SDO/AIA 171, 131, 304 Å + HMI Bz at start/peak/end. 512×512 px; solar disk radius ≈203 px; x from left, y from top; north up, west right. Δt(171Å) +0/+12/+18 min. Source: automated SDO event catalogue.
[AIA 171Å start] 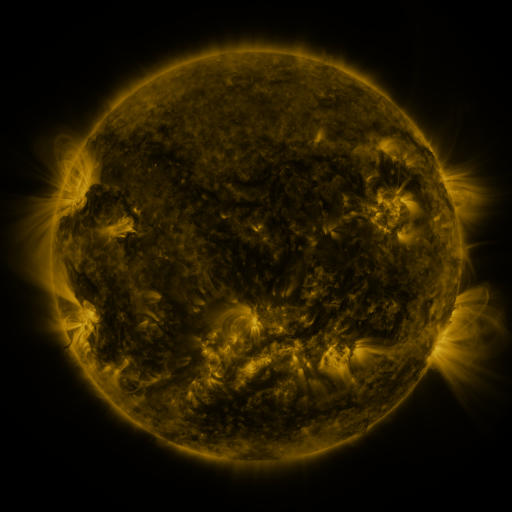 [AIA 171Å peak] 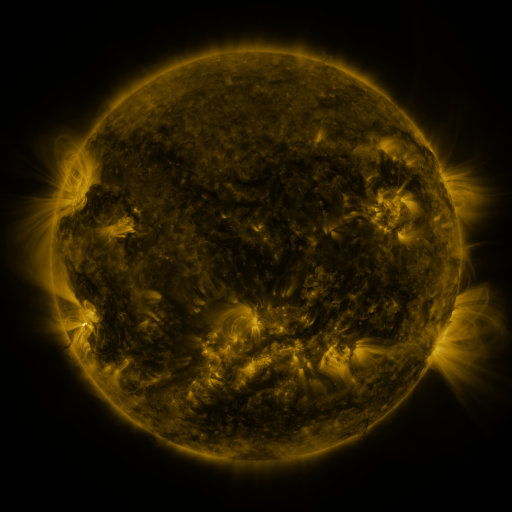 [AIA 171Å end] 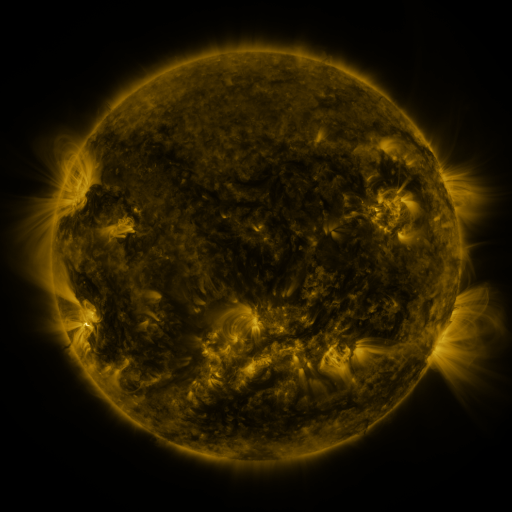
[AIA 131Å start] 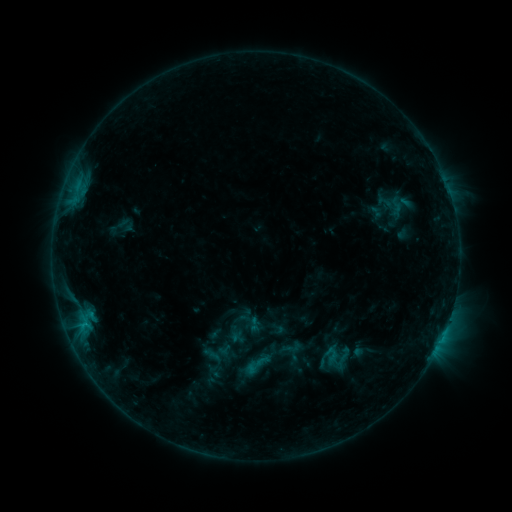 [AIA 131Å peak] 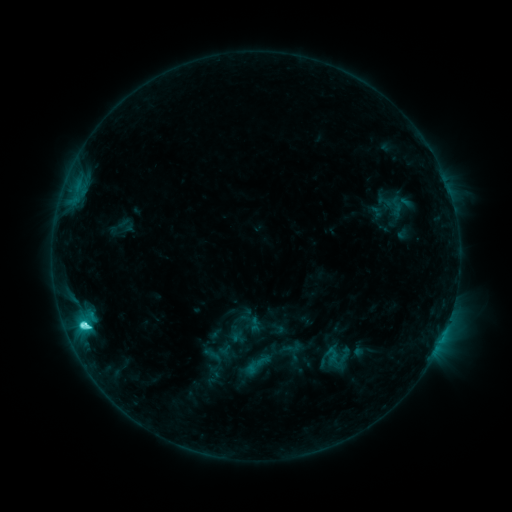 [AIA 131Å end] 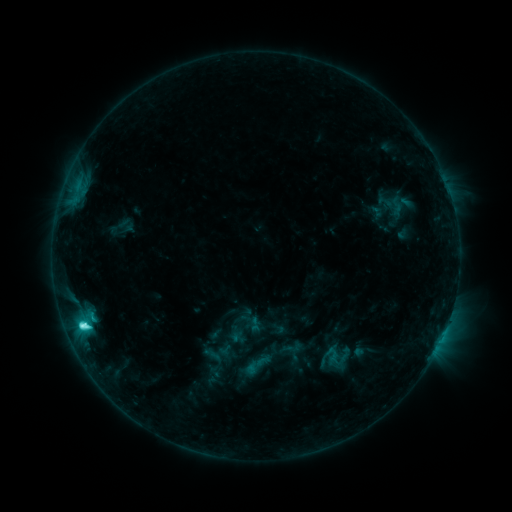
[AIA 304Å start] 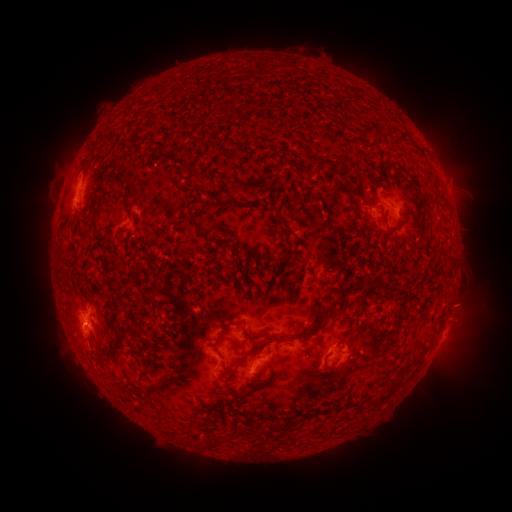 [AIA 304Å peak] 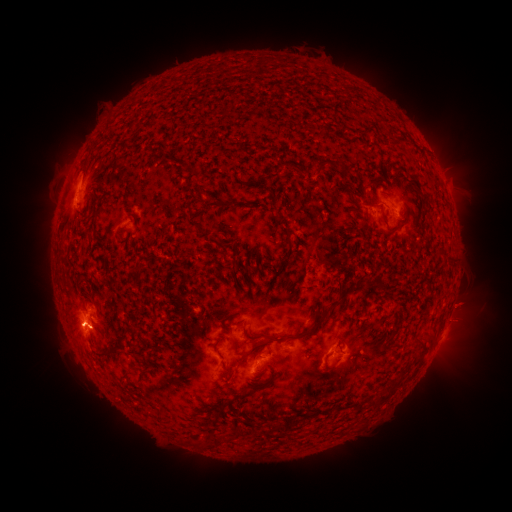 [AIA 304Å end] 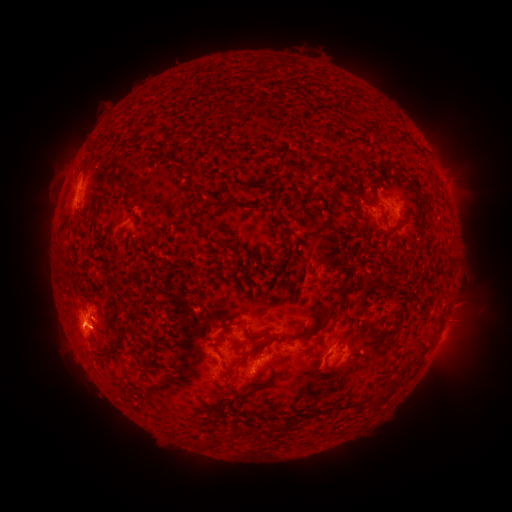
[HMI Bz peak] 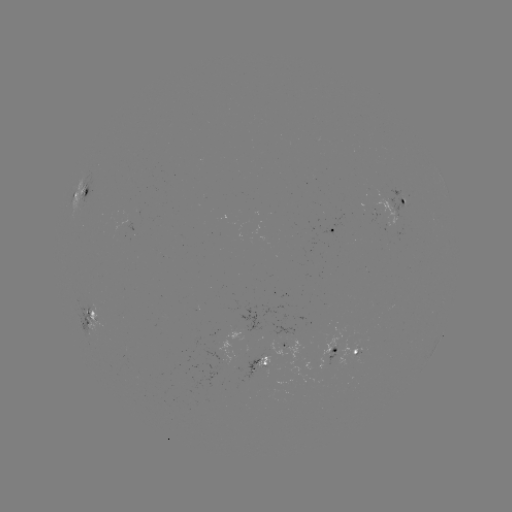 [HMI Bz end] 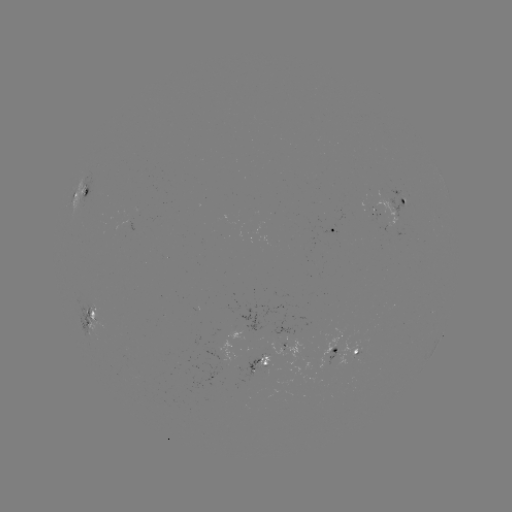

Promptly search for eruption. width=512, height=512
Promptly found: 65,327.